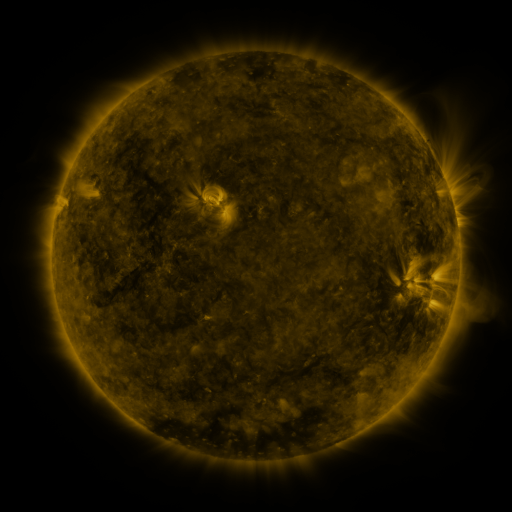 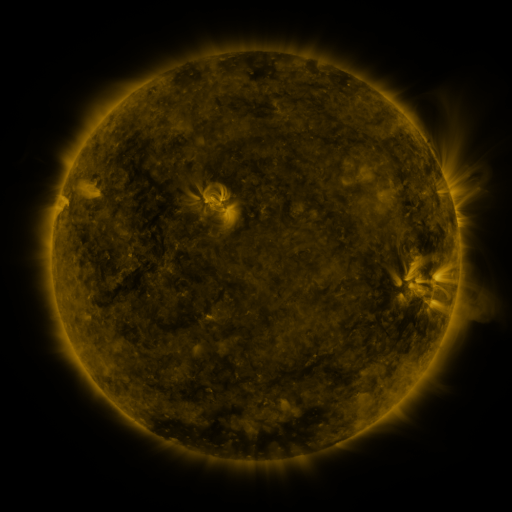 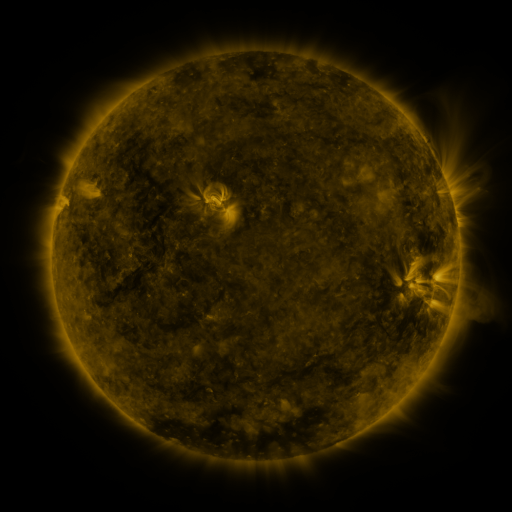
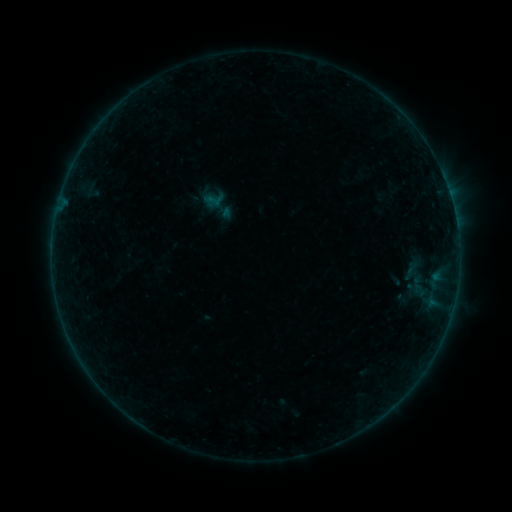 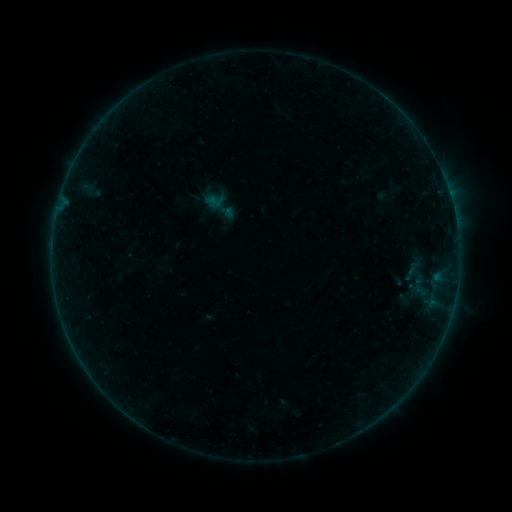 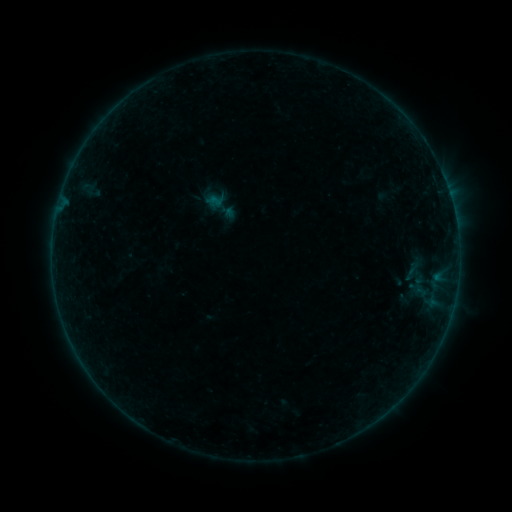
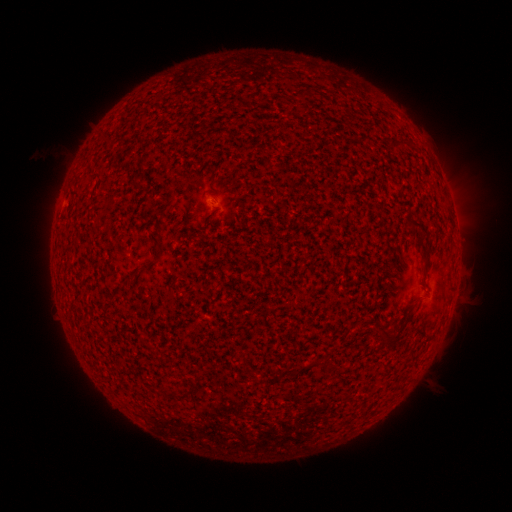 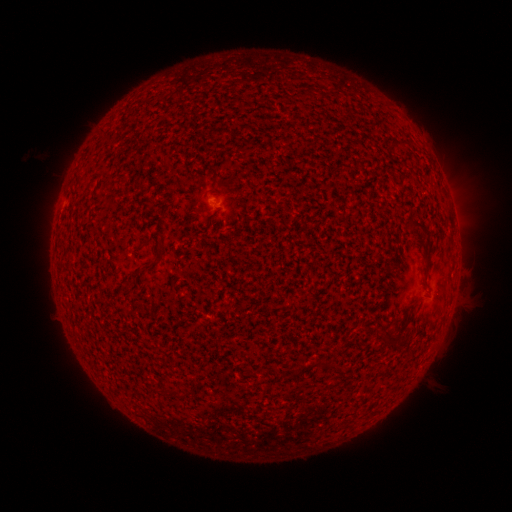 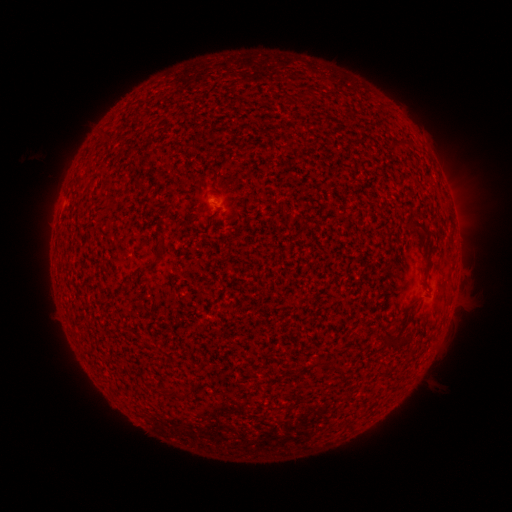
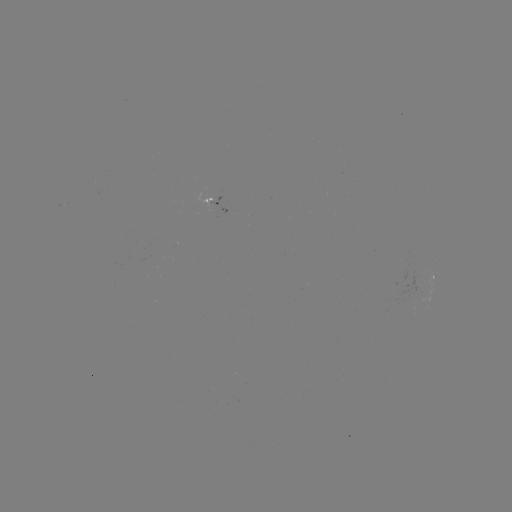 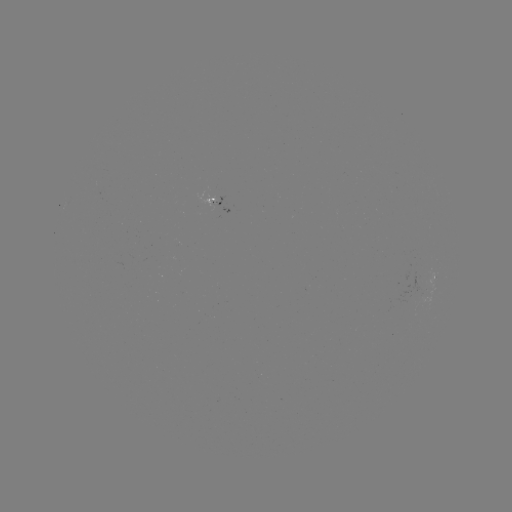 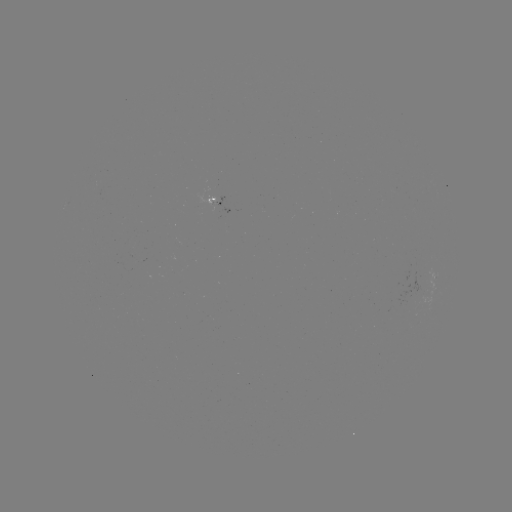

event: emerging-flux region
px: (210, 202)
